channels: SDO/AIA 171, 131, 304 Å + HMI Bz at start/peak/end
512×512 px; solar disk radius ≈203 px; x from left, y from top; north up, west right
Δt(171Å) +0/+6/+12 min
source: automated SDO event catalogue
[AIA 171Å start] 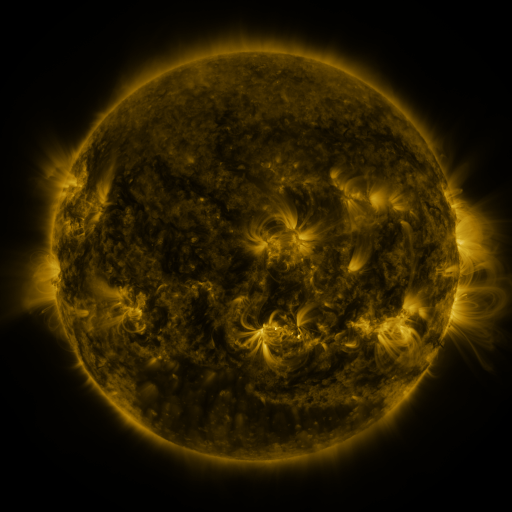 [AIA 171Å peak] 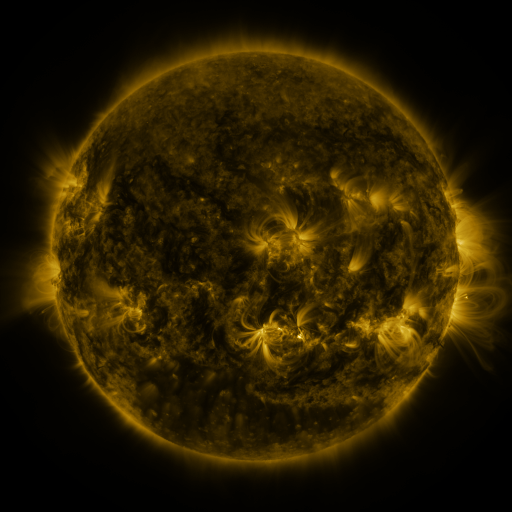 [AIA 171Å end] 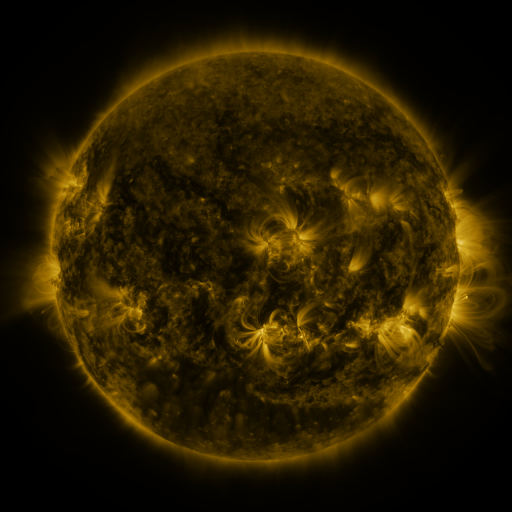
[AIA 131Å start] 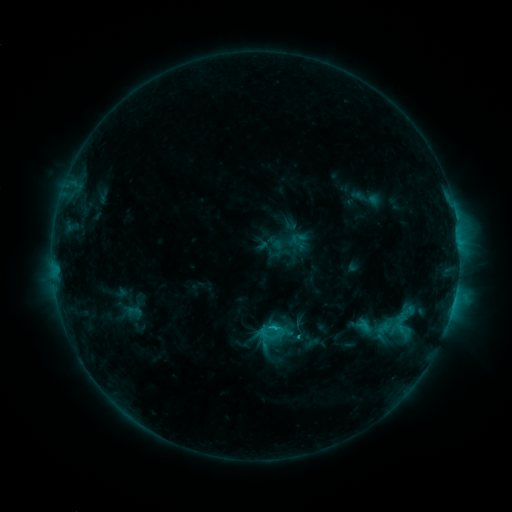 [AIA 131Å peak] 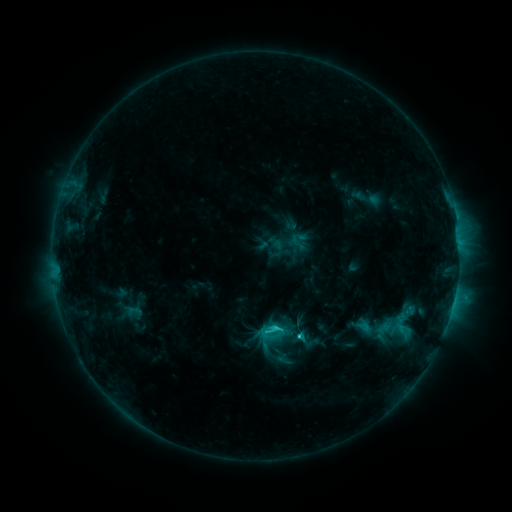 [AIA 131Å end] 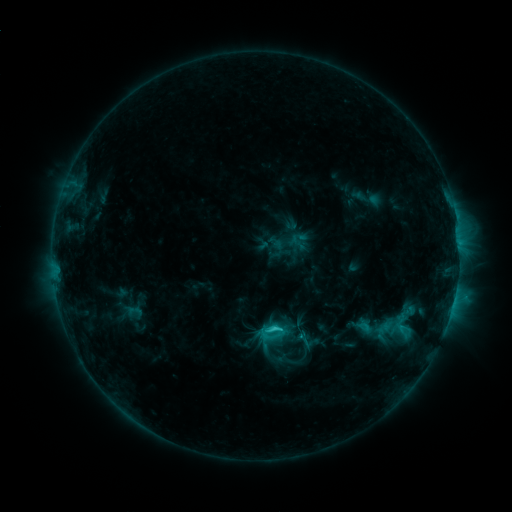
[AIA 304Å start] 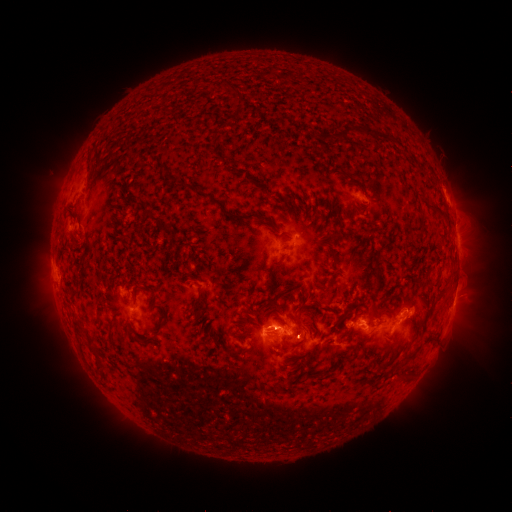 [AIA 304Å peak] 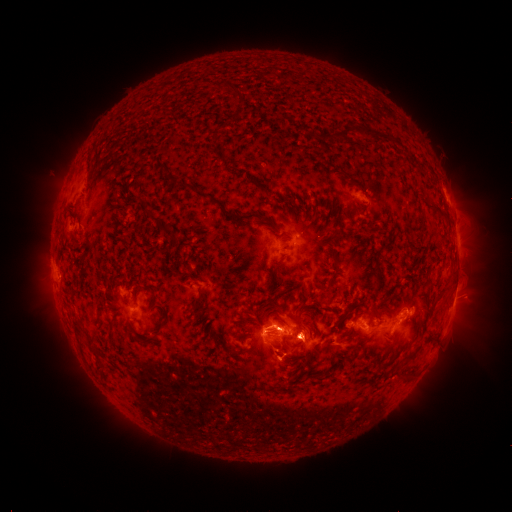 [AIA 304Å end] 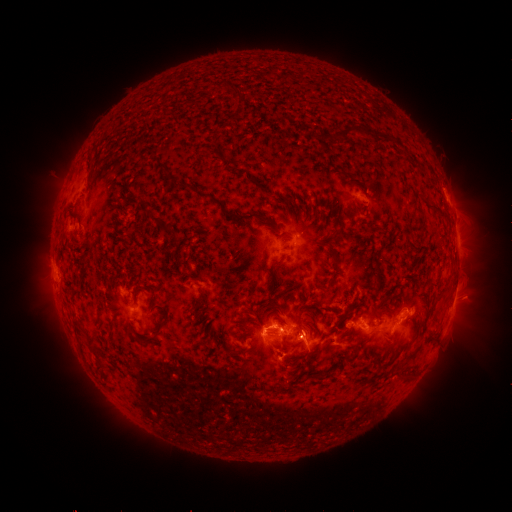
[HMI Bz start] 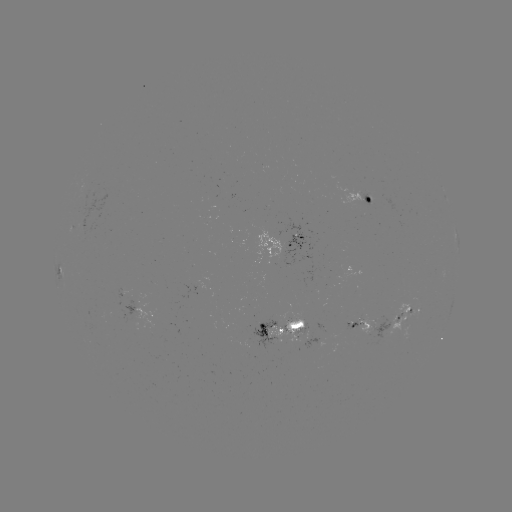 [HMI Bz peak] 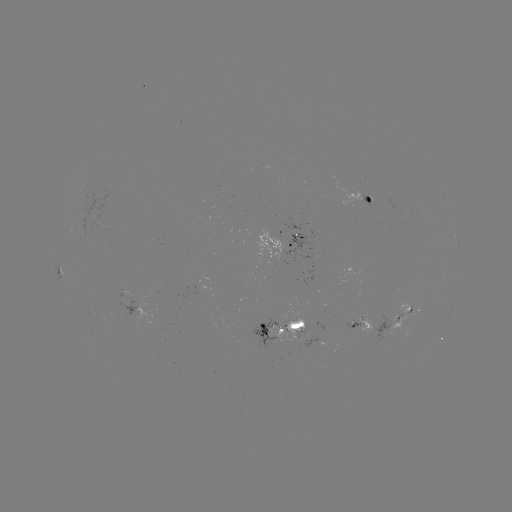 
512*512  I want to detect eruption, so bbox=[267, 305, 328, 368].